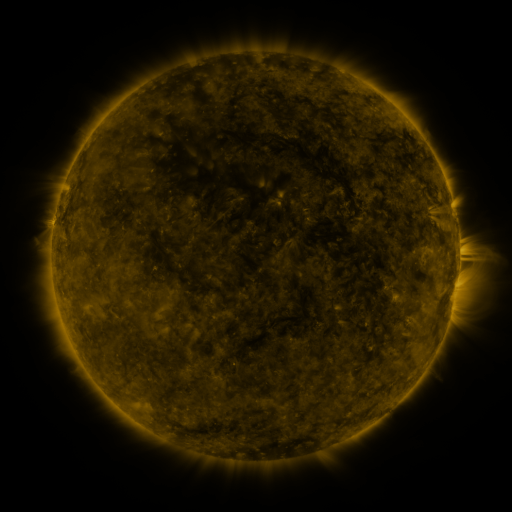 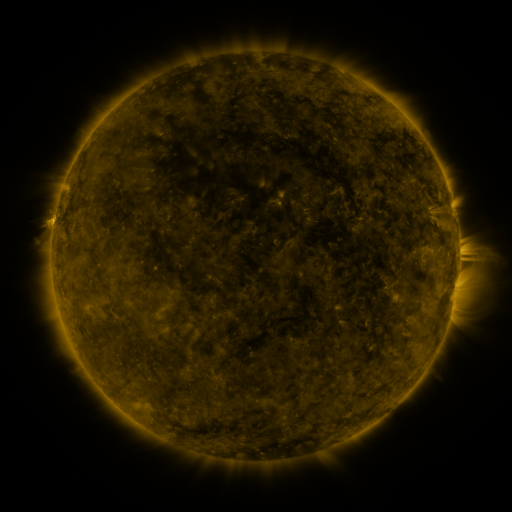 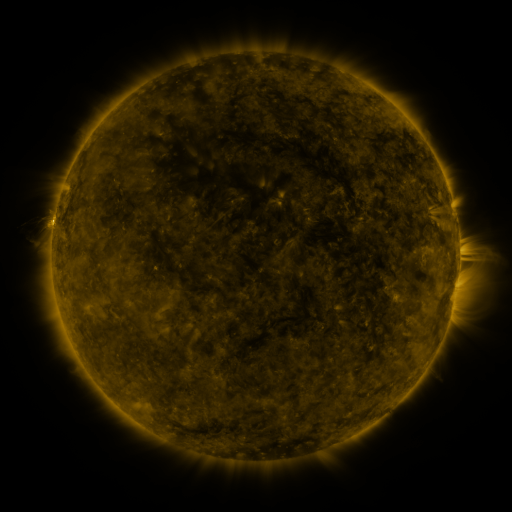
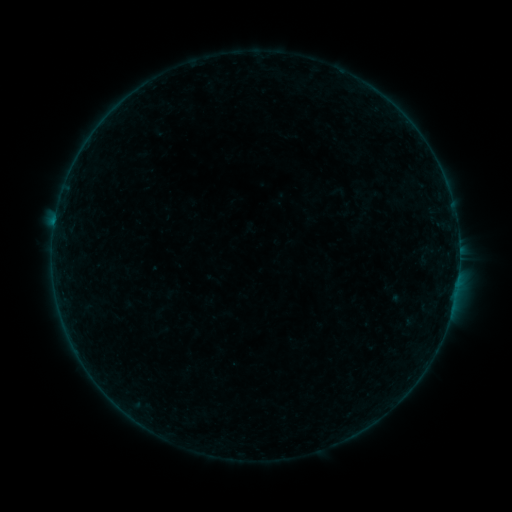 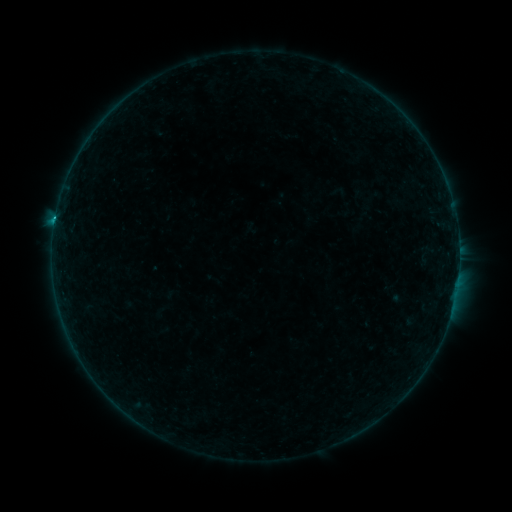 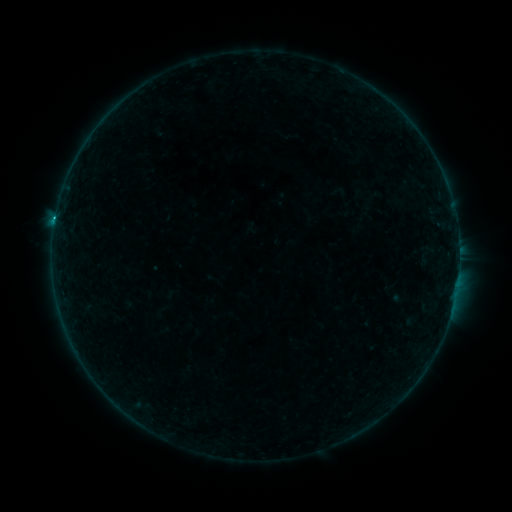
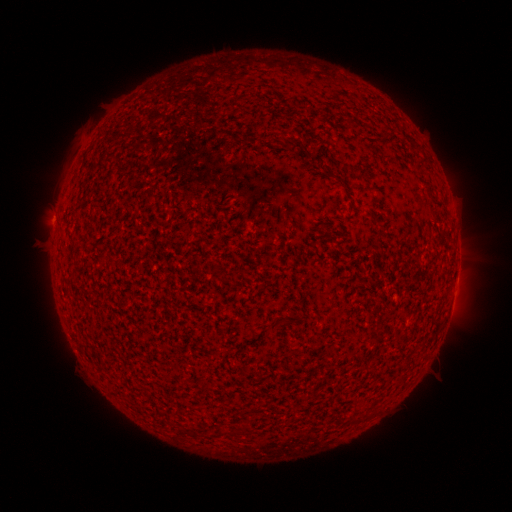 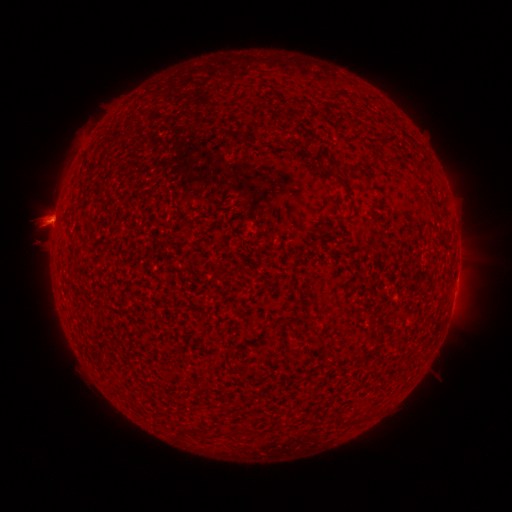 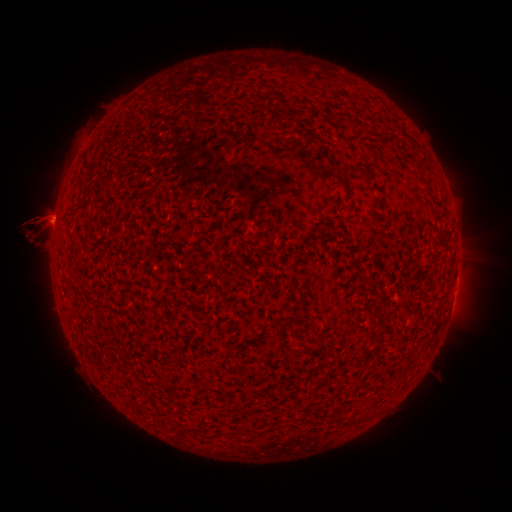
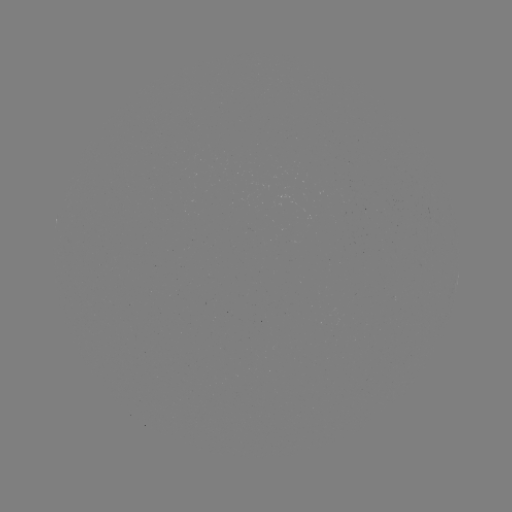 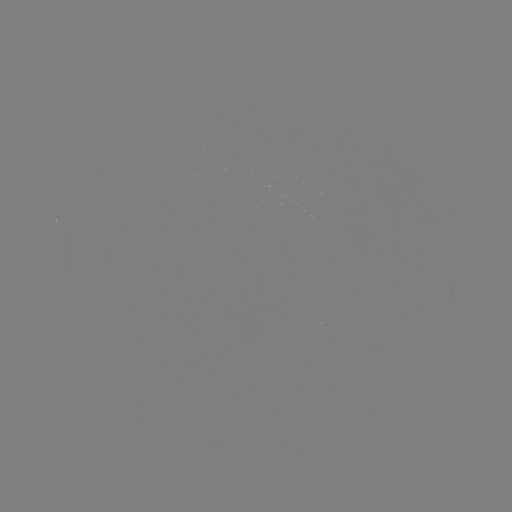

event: flare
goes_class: B6.4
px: (55, 221)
